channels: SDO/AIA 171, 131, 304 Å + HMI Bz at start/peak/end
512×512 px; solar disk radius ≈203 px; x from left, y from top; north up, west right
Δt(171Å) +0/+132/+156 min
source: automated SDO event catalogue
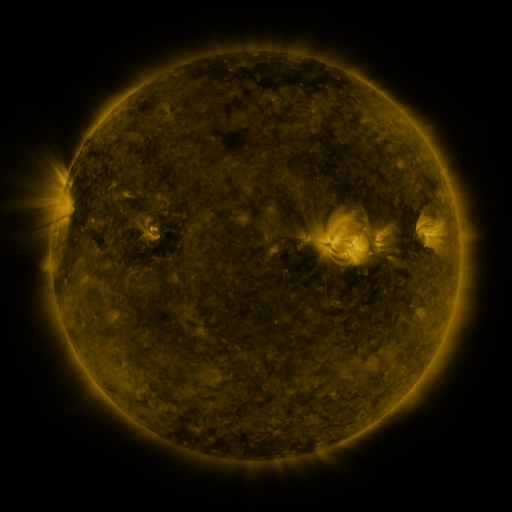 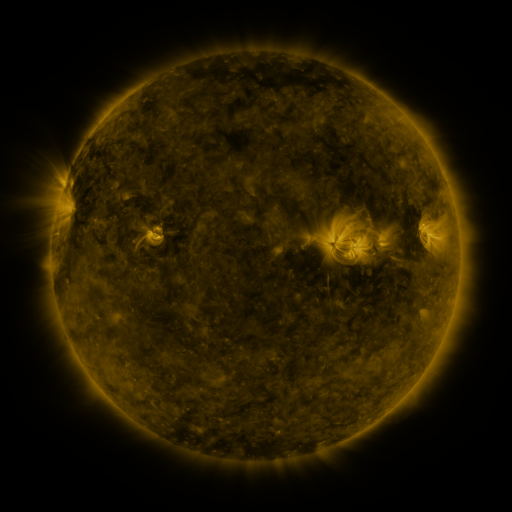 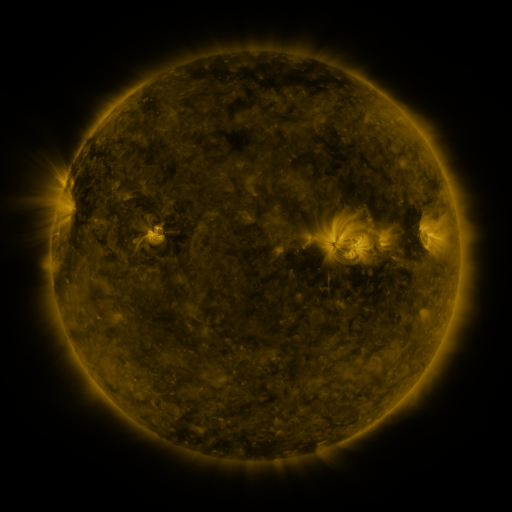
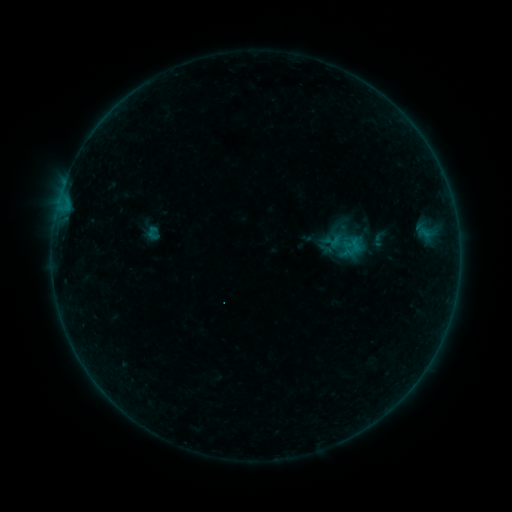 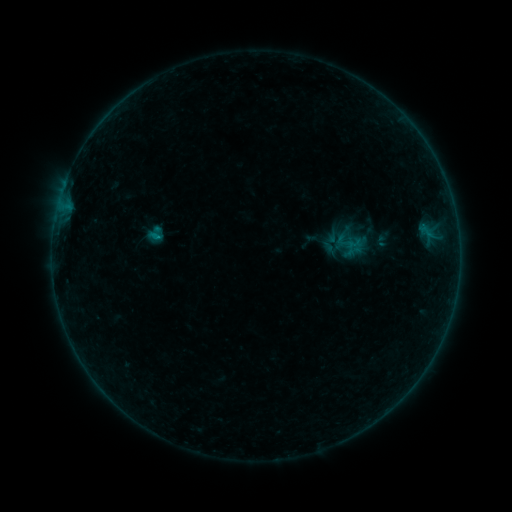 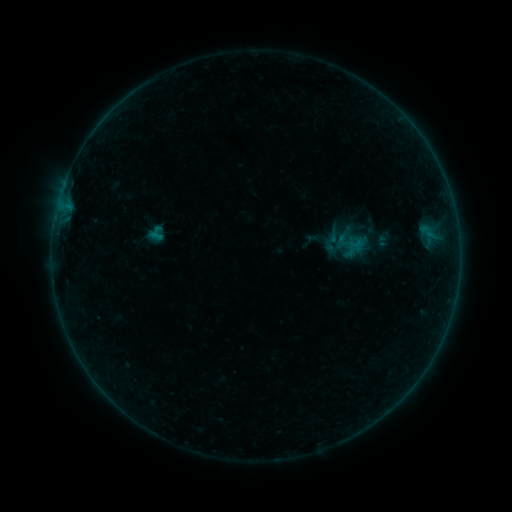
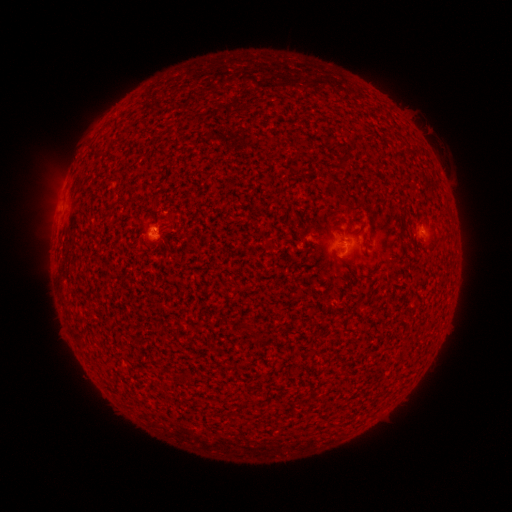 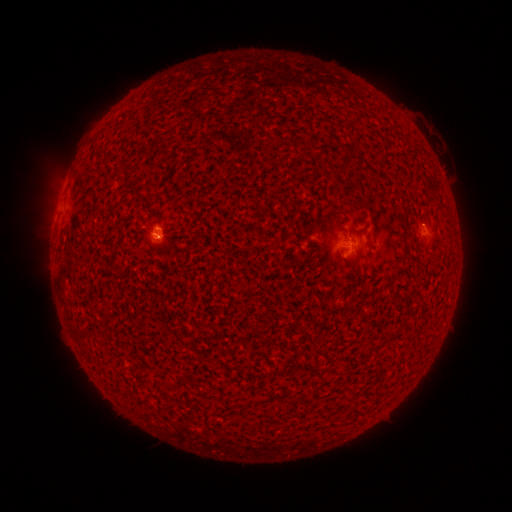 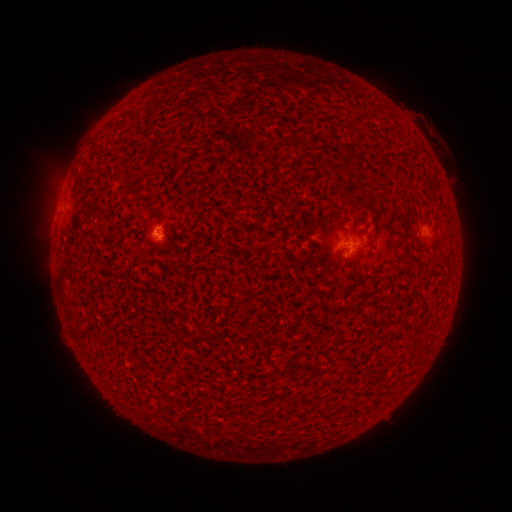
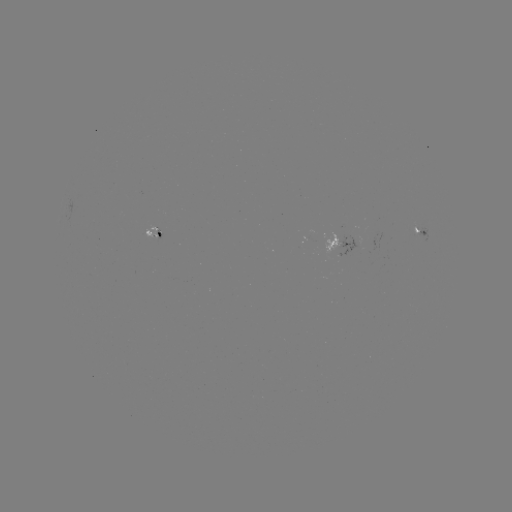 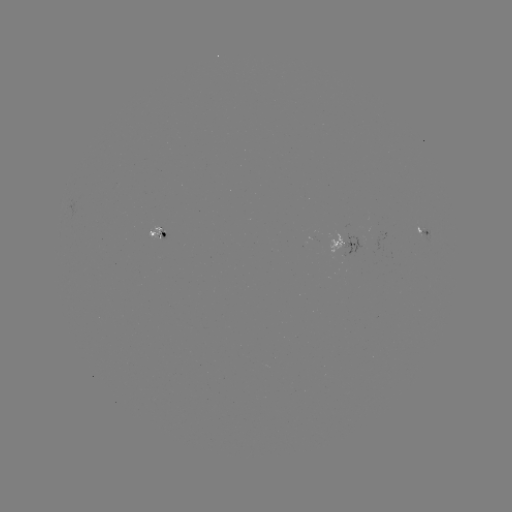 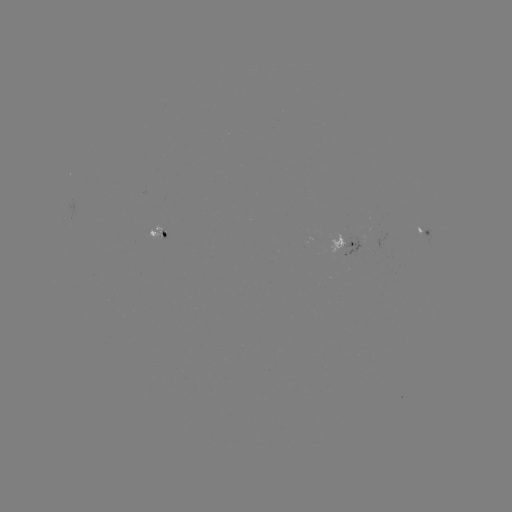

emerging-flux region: <bbox>341, 234, 362, 256</bbox>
